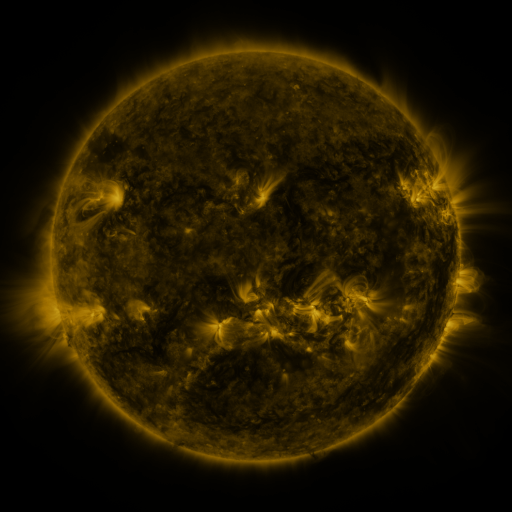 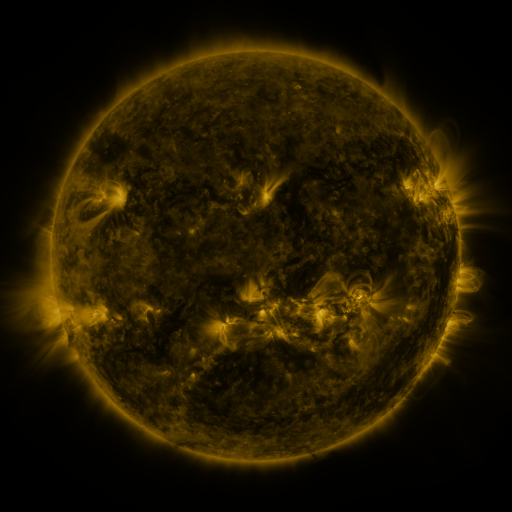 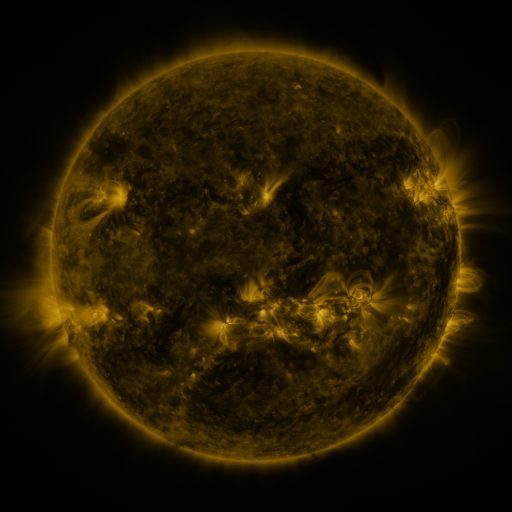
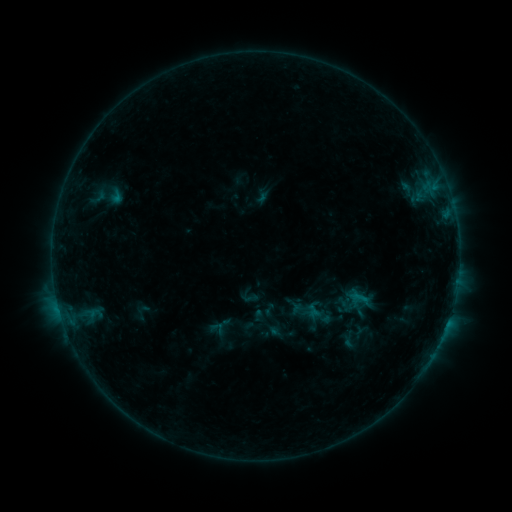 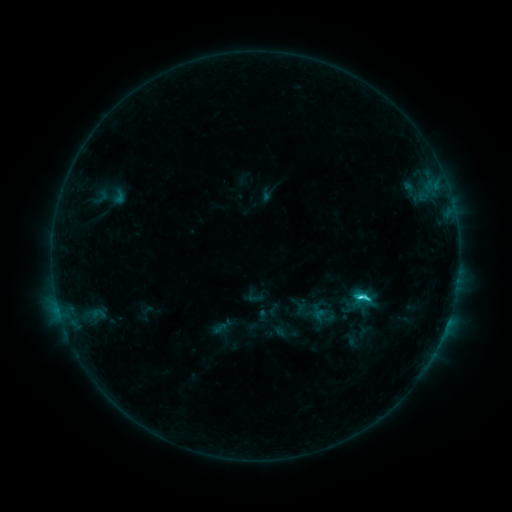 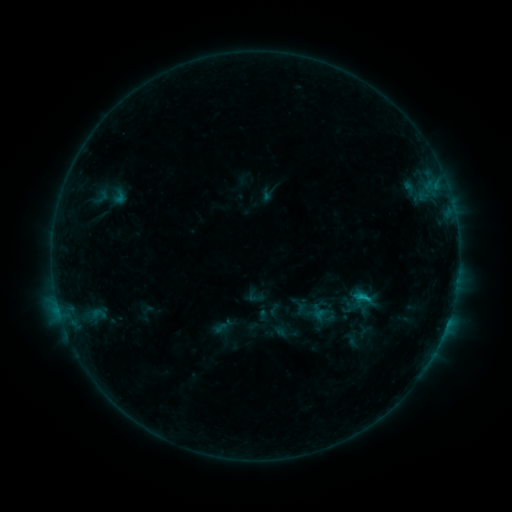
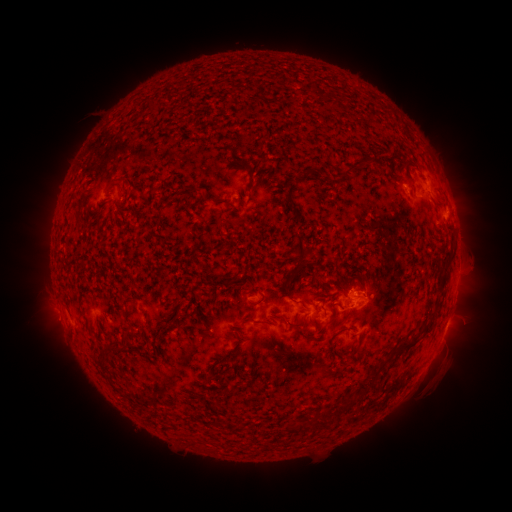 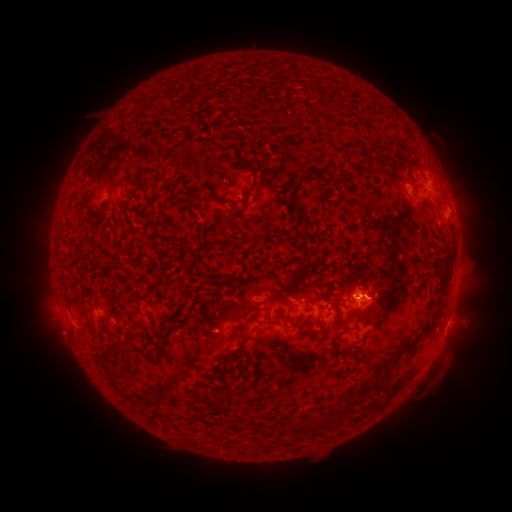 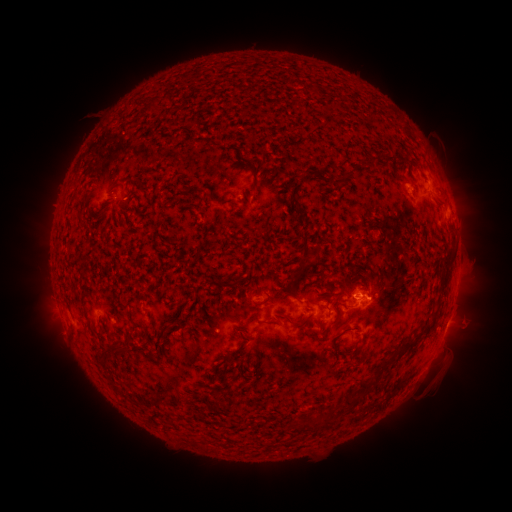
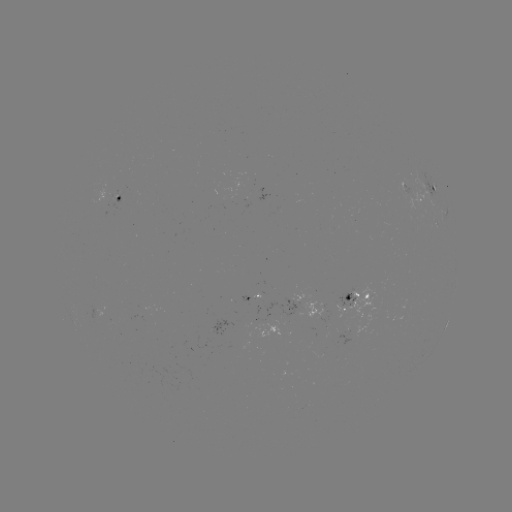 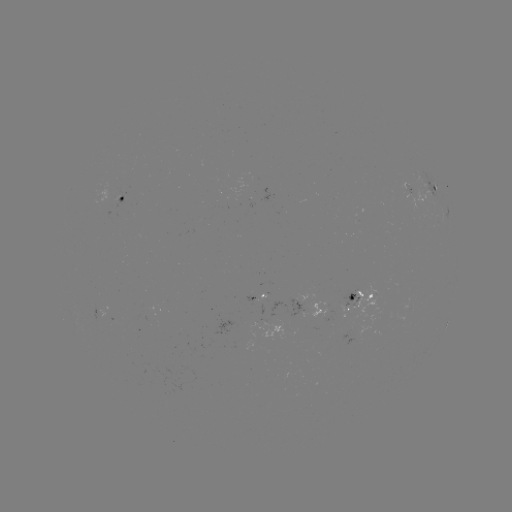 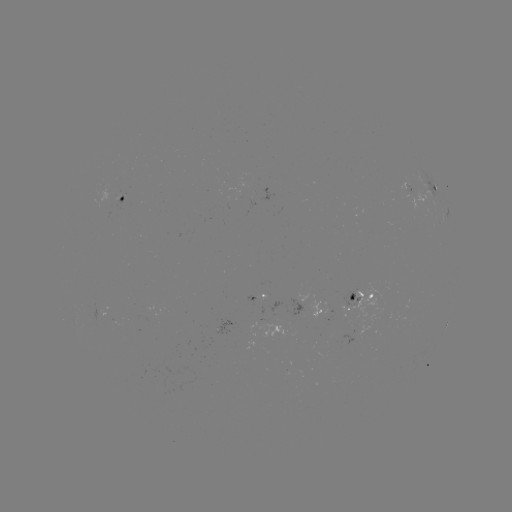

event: emerging-flux region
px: (255, 298)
